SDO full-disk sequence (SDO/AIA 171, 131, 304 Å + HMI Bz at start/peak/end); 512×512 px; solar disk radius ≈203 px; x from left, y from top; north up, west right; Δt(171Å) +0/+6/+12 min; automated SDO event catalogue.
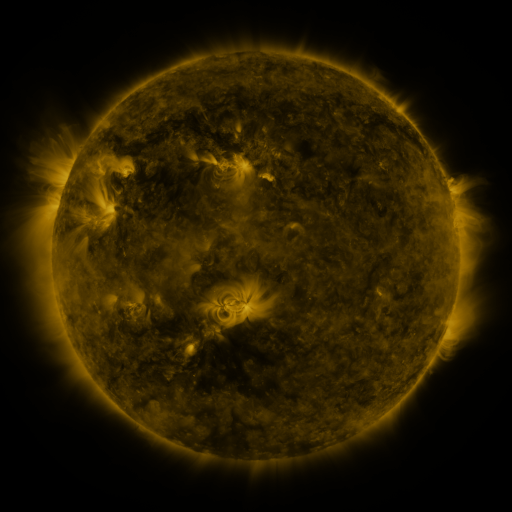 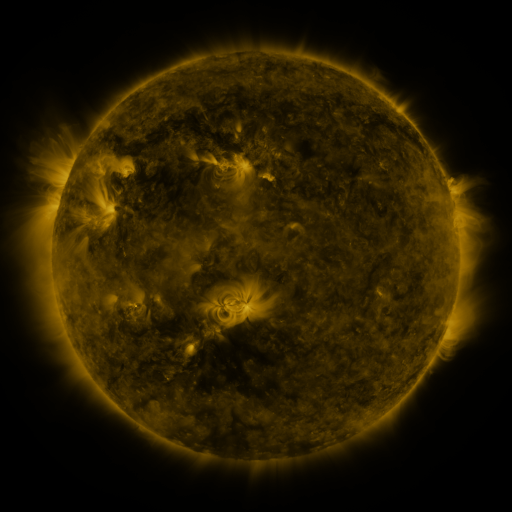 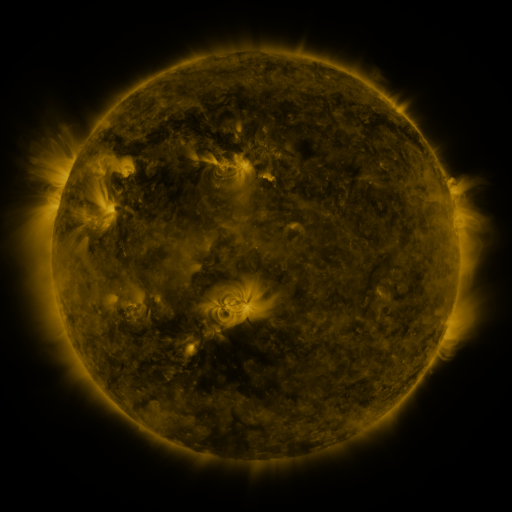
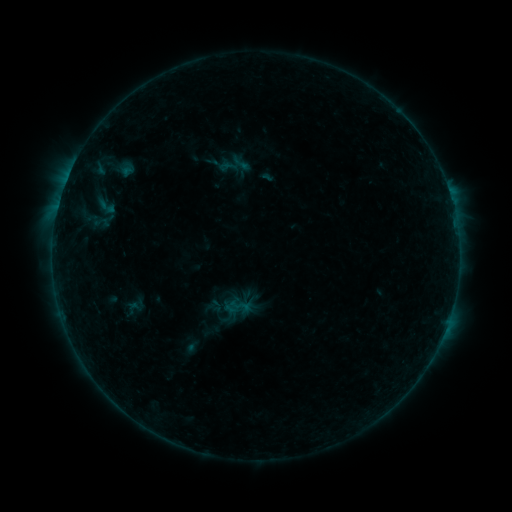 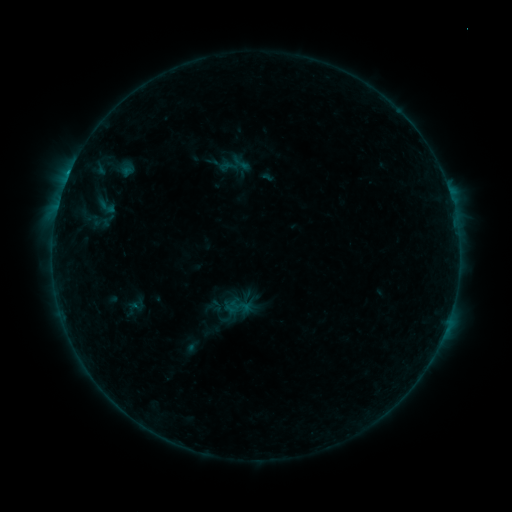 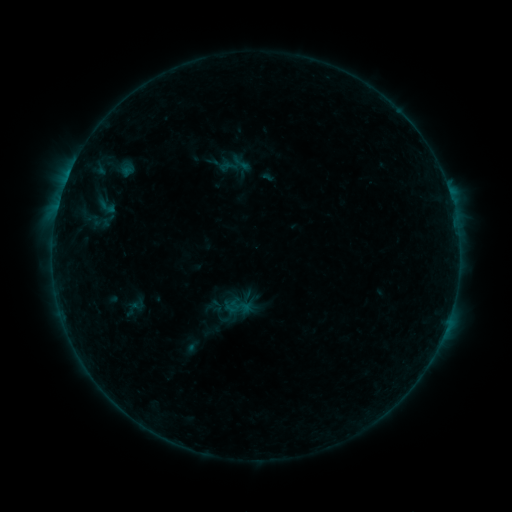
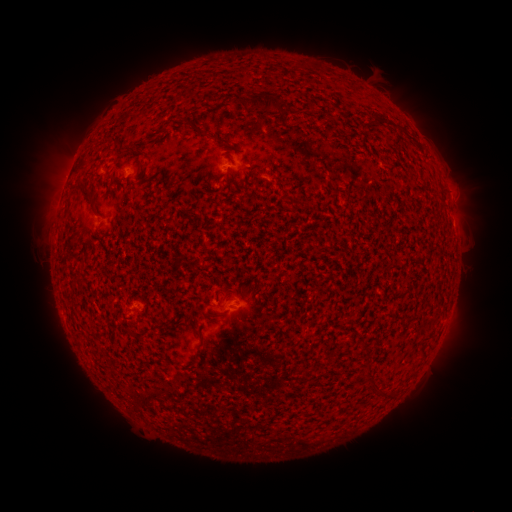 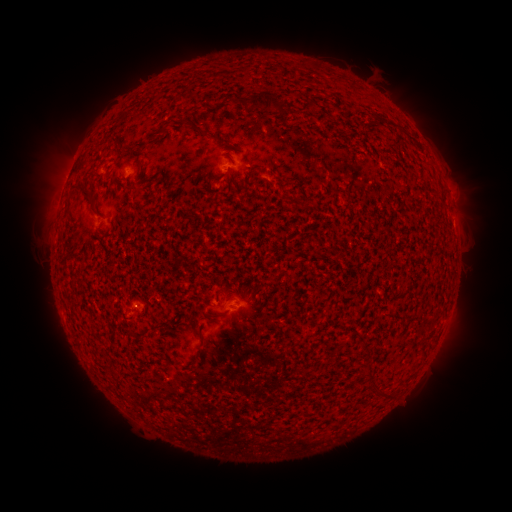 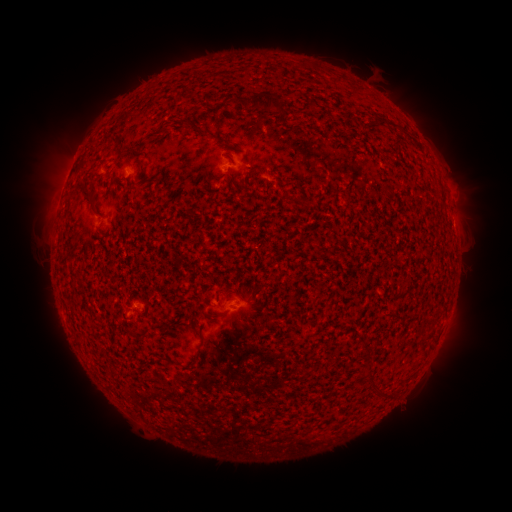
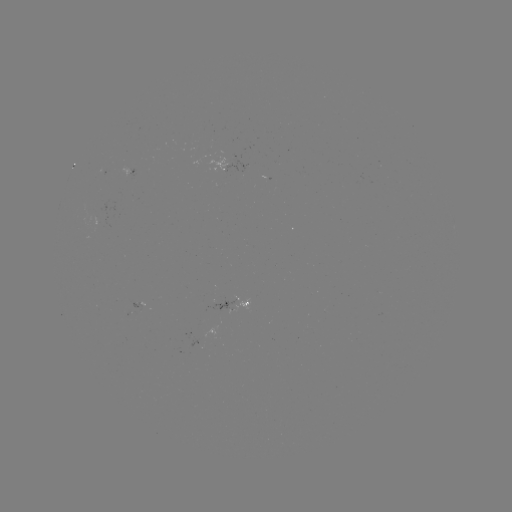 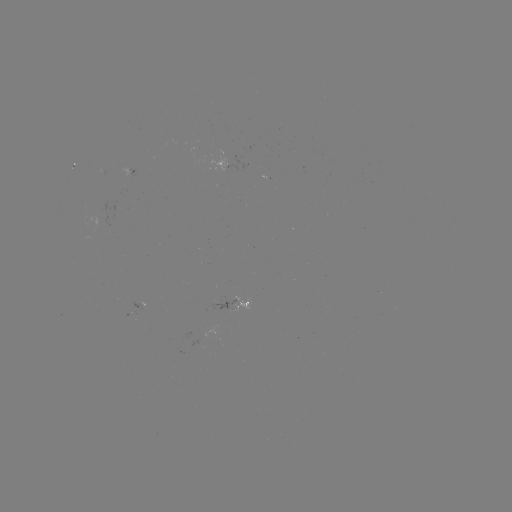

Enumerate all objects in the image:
B3.1 flare: (450, 195)
